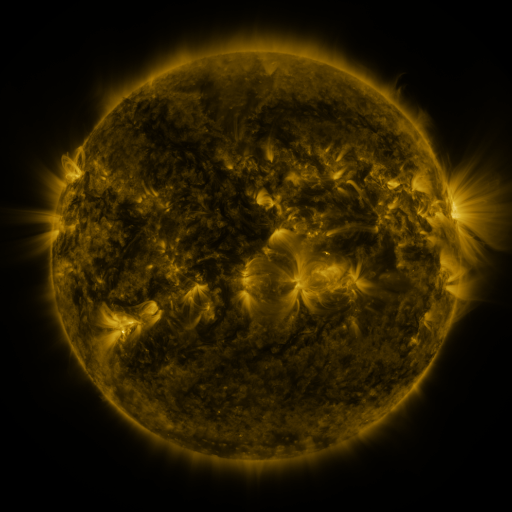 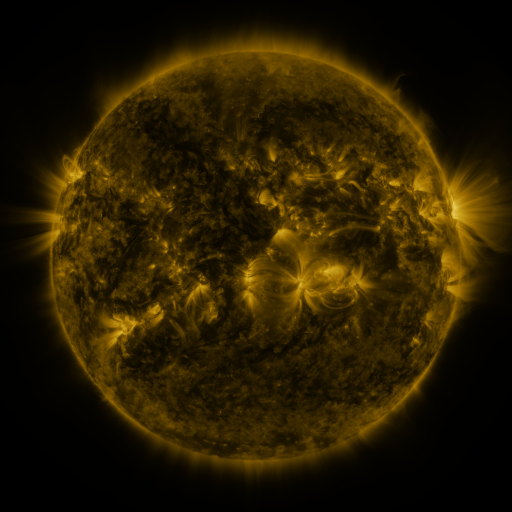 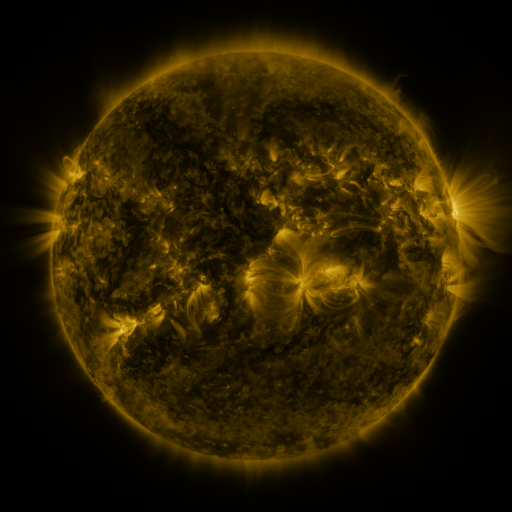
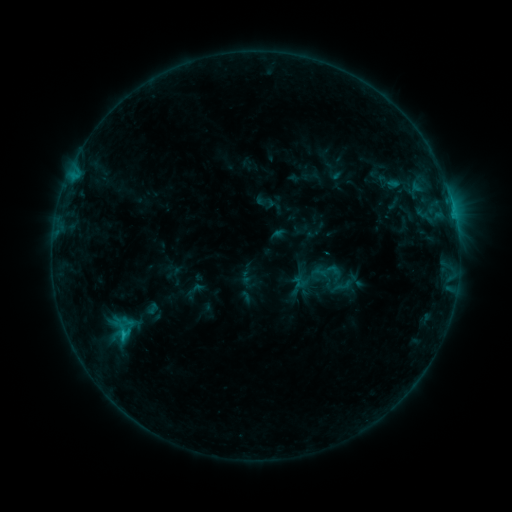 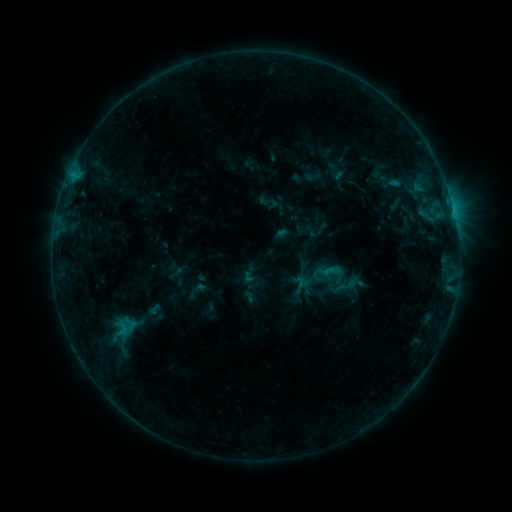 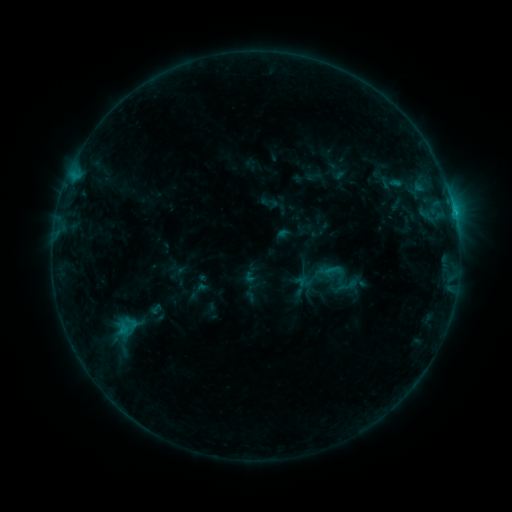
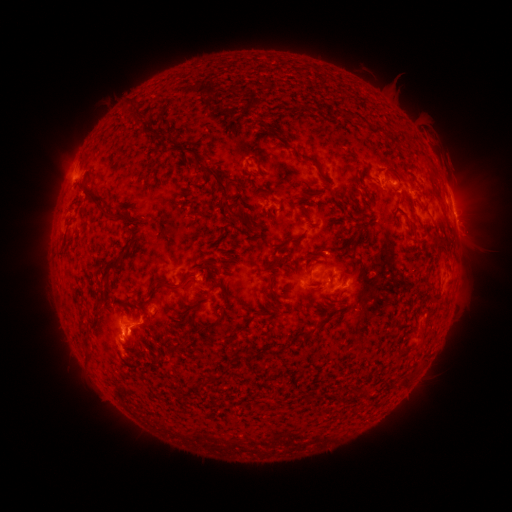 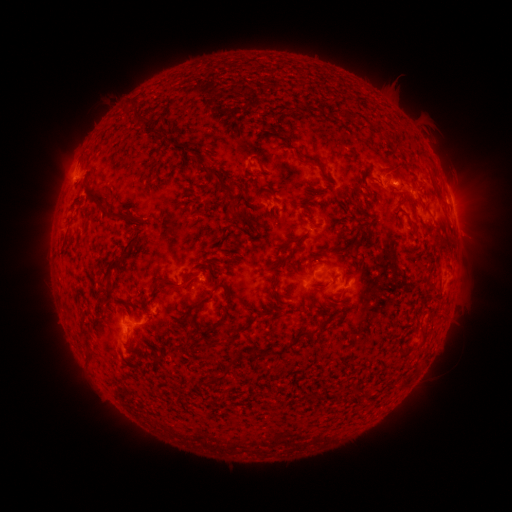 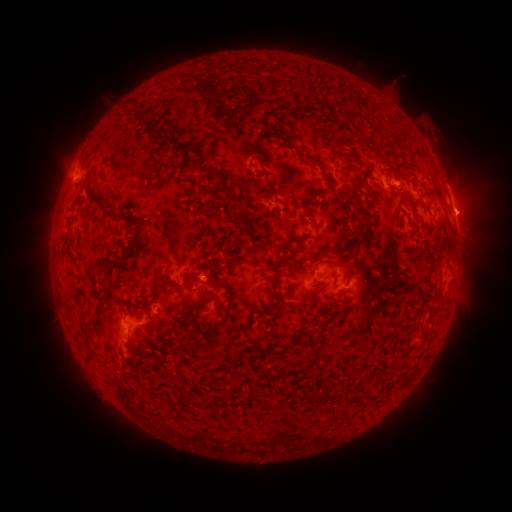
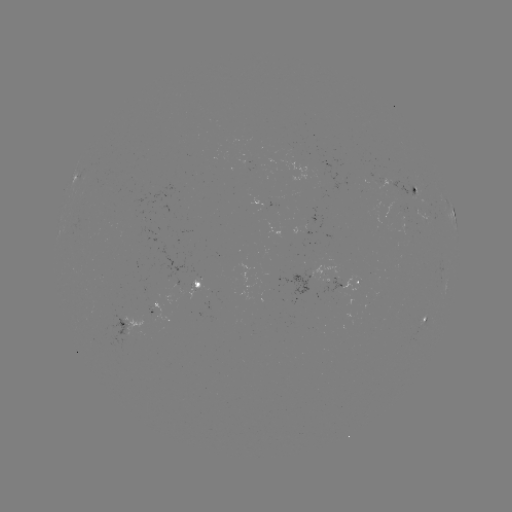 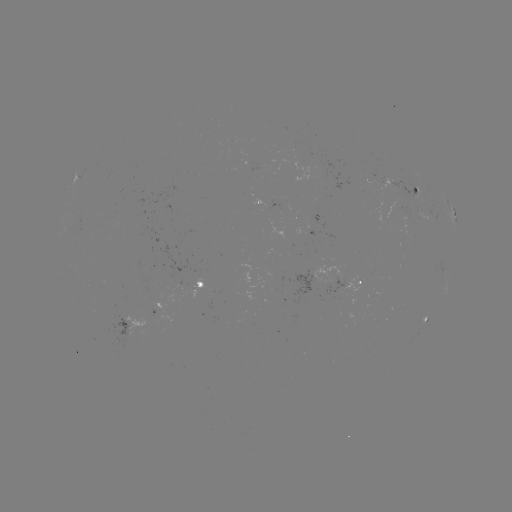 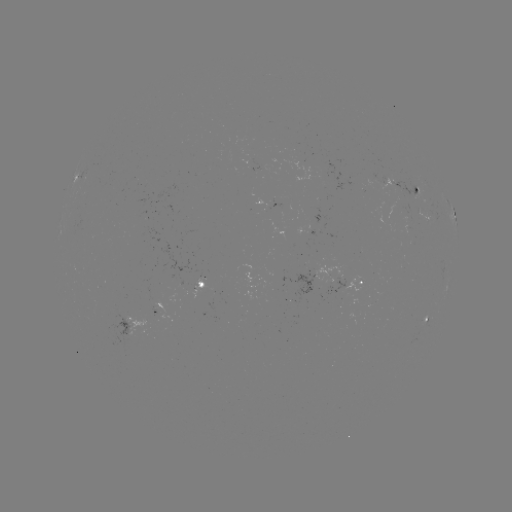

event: emerging-flux region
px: (407, 213)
